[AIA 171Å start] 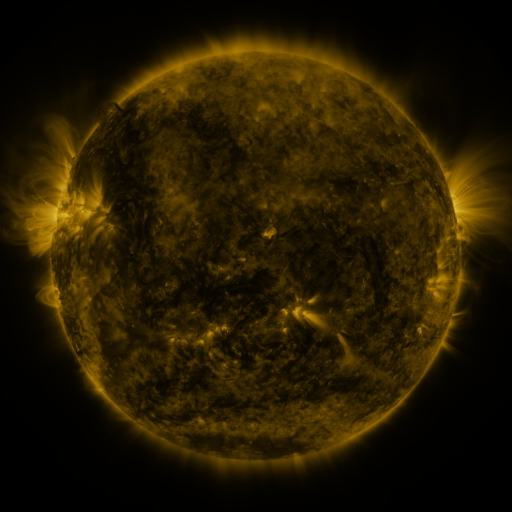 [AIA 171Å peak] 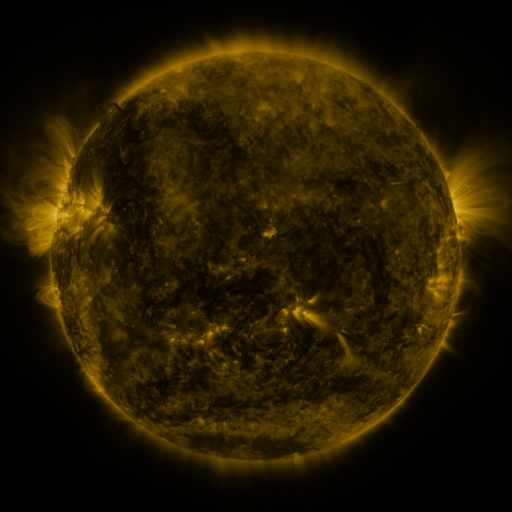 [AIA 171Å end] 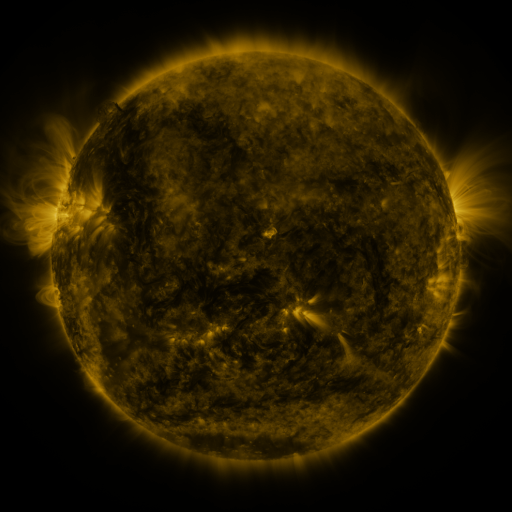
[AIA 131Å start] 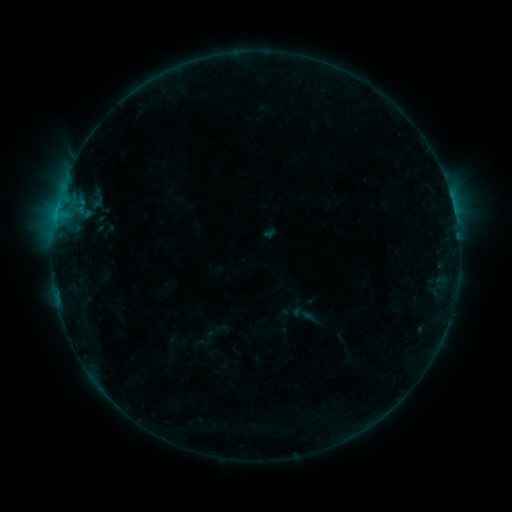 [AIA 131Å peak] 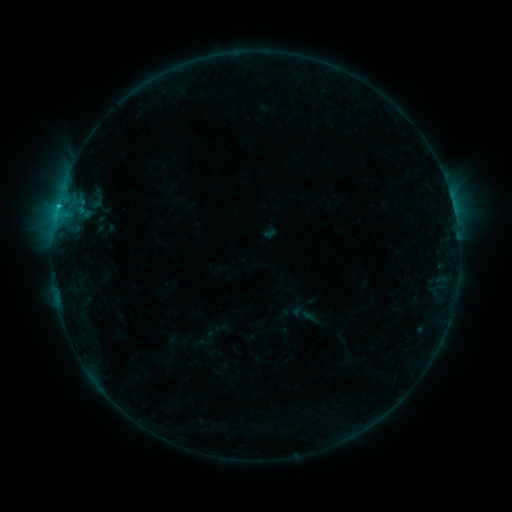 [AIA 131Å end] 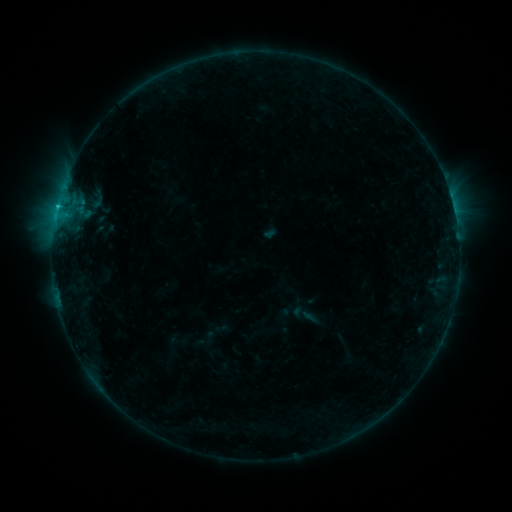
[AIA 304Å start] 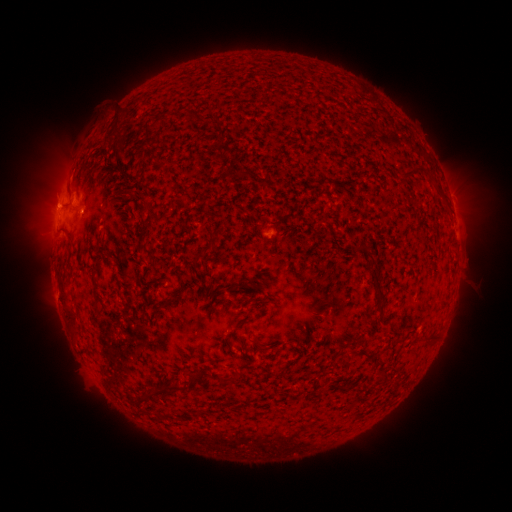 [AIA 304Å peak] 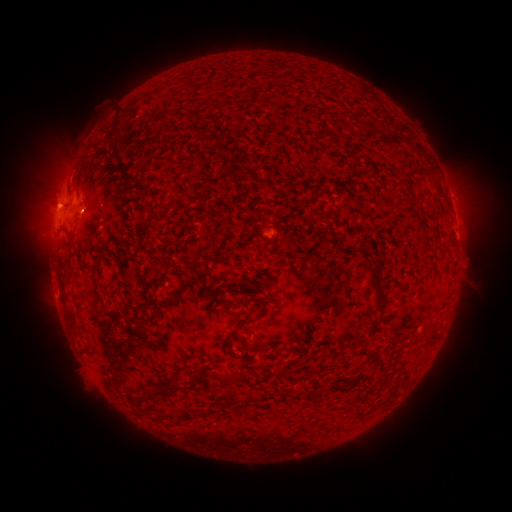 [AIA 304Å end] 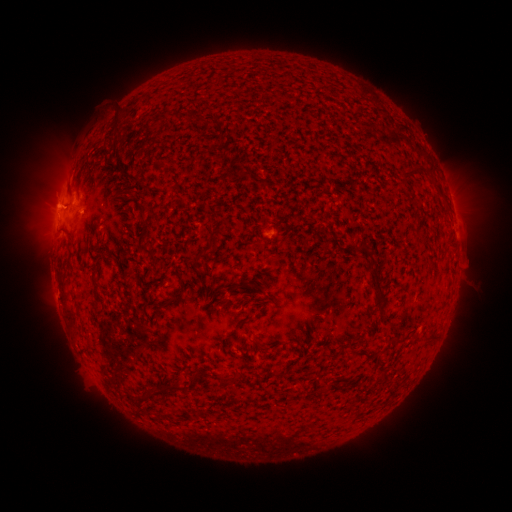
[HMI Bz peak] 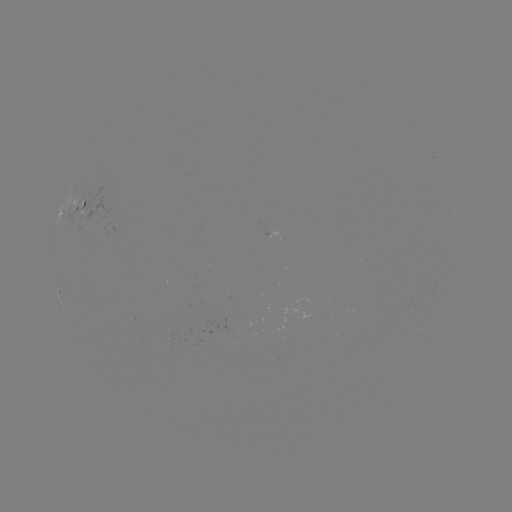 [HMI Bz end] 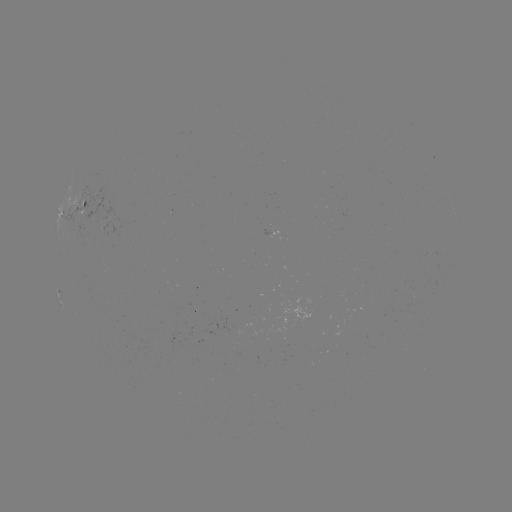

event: flare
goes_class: B9.6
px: (60, 207)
